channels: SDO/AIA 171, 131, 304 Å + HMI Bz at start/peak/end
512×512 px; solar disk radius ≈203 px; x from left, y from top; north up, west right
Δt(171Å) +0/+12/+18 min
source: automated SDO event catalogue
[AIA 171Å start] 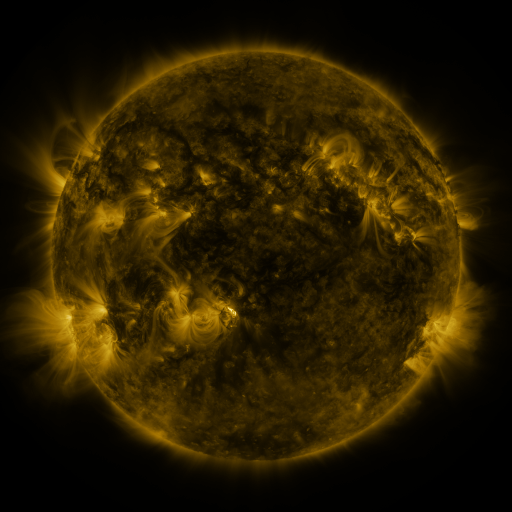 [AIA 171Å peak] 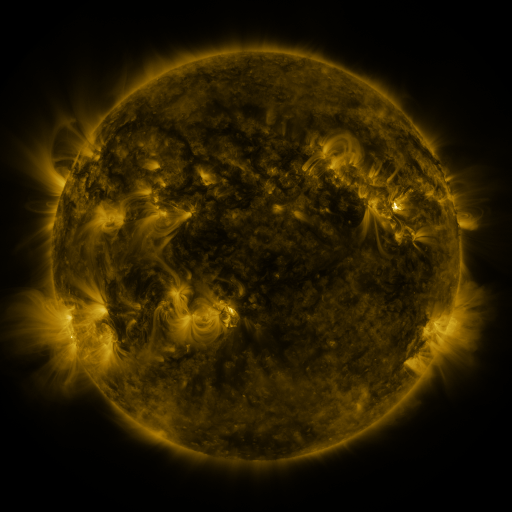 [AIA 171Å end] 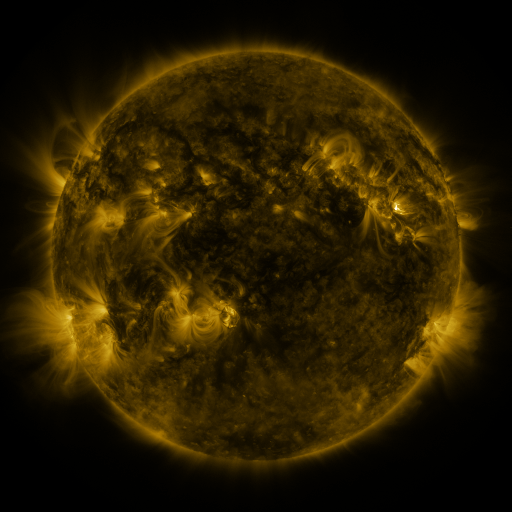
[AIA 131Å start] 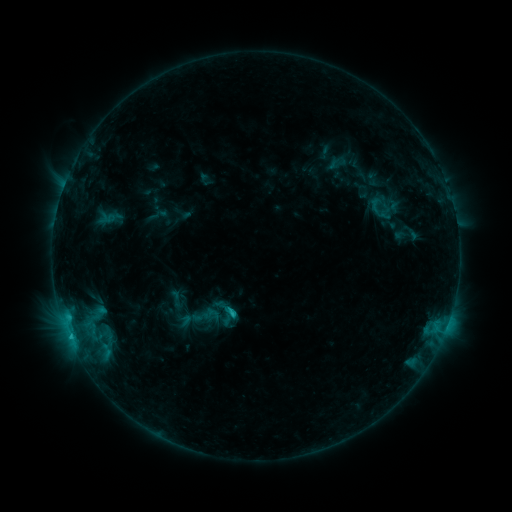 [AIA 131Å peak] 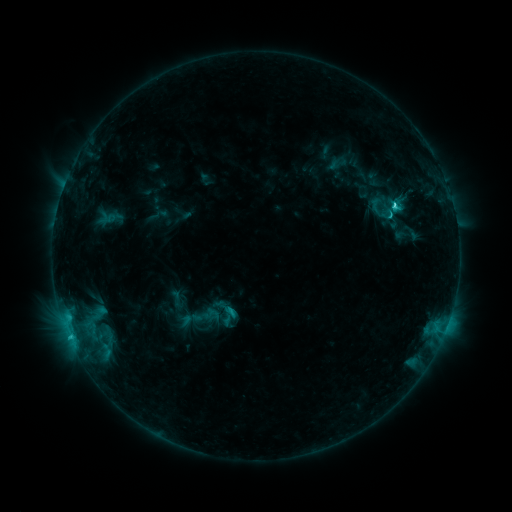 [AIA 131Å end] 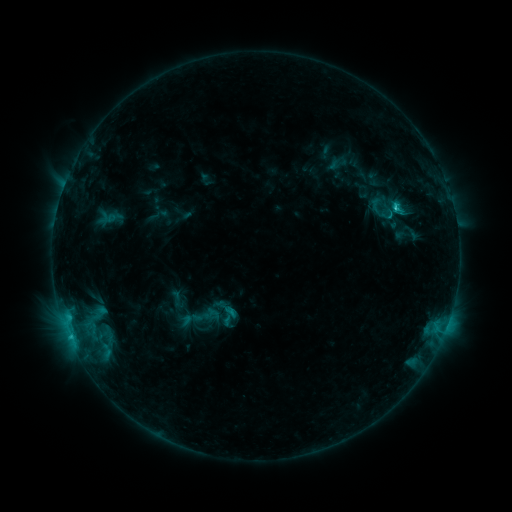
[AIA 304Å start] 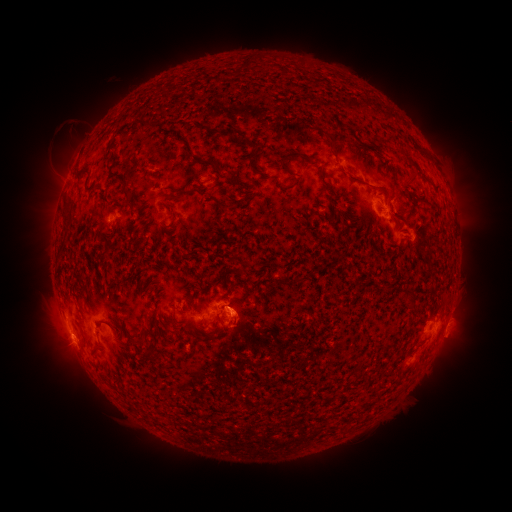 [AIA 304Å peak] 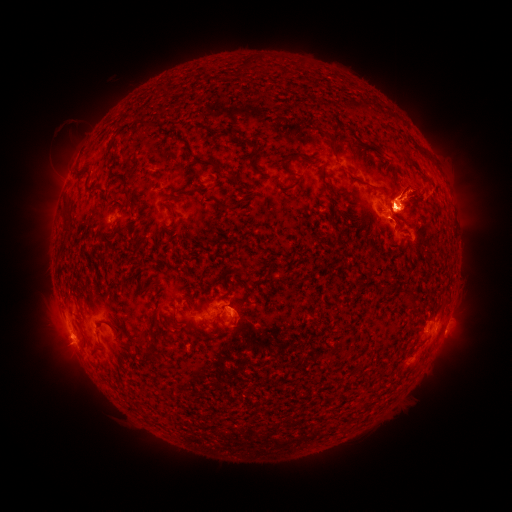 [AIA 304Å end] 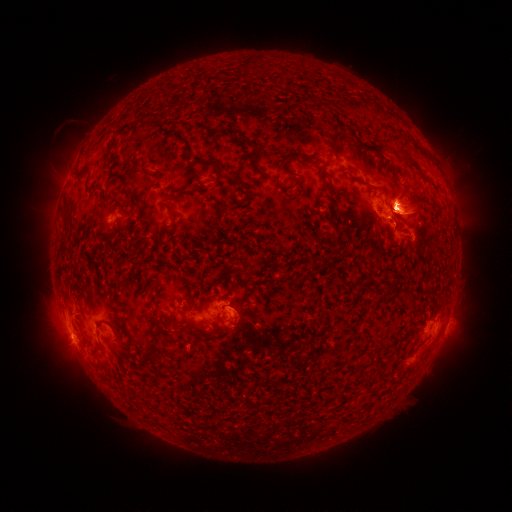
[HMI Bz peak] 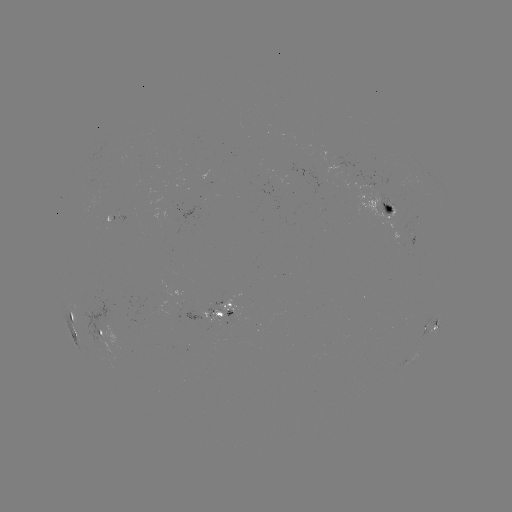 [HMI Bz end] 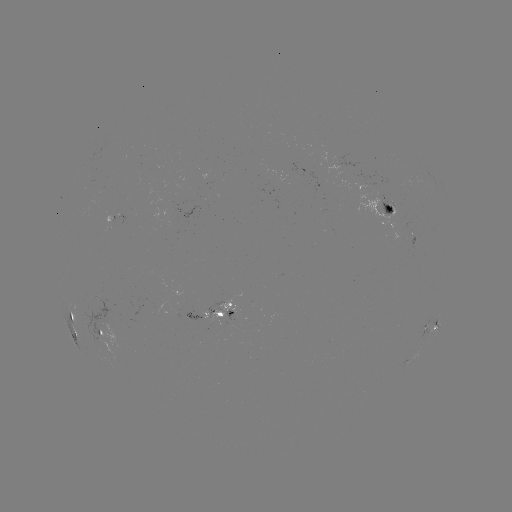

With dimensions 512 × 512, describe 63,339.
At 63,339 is eruption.